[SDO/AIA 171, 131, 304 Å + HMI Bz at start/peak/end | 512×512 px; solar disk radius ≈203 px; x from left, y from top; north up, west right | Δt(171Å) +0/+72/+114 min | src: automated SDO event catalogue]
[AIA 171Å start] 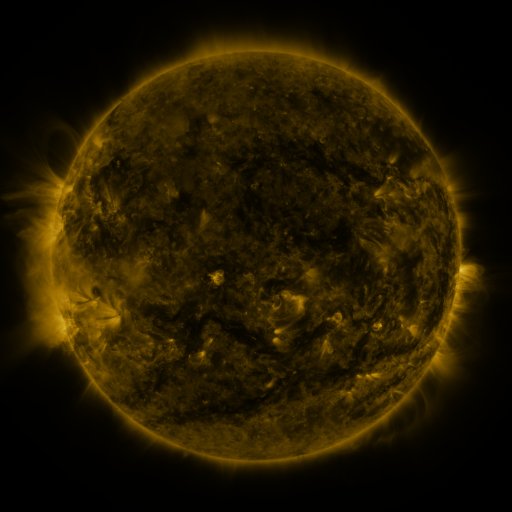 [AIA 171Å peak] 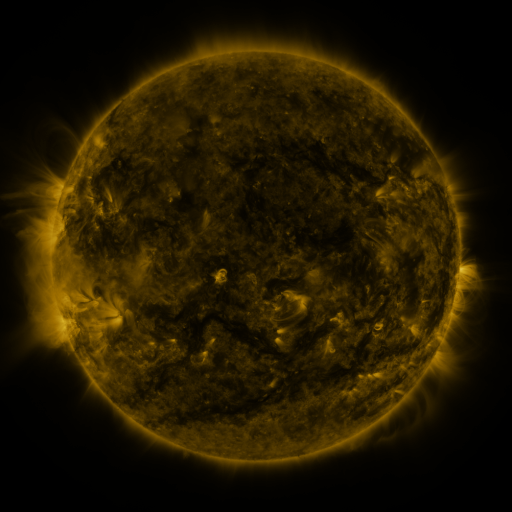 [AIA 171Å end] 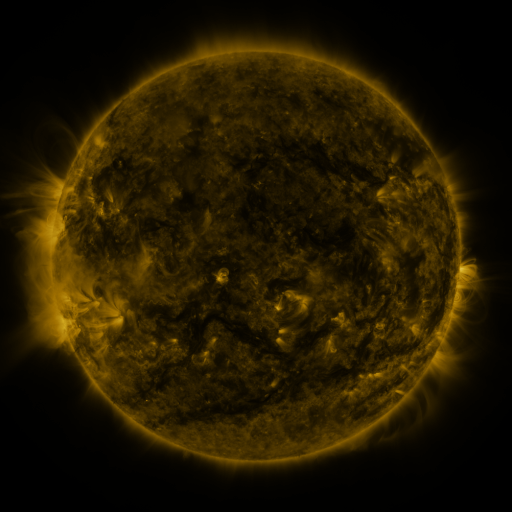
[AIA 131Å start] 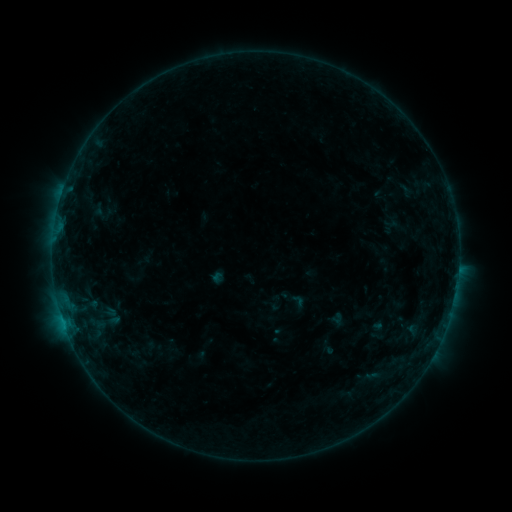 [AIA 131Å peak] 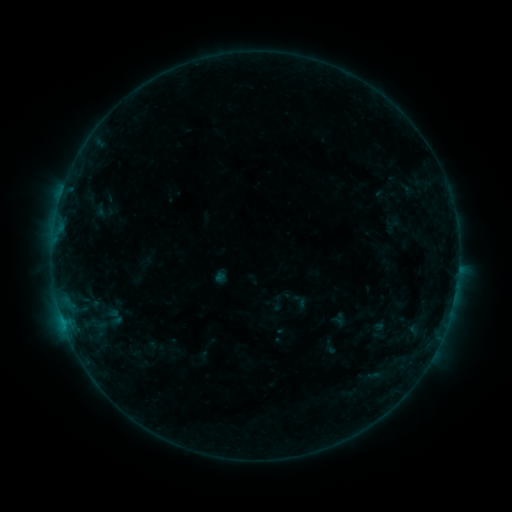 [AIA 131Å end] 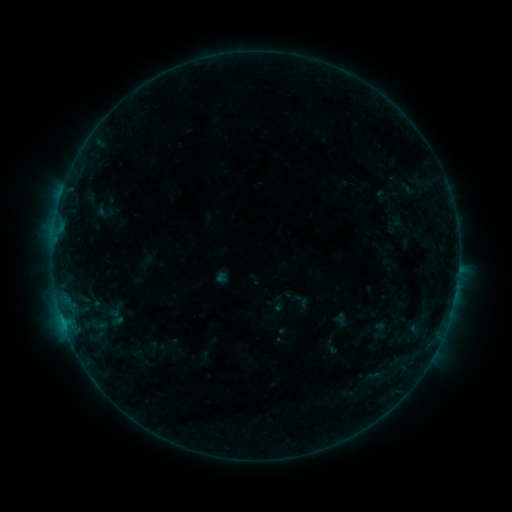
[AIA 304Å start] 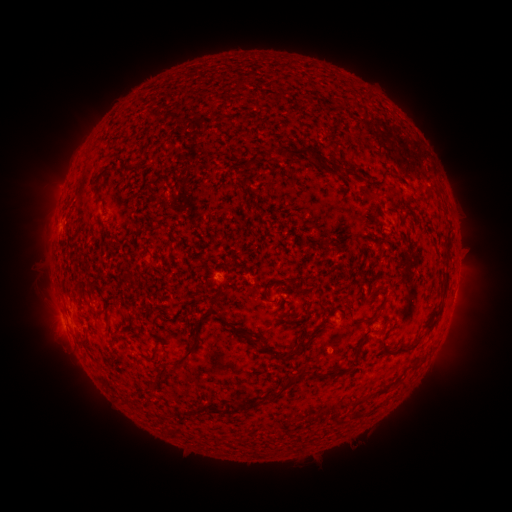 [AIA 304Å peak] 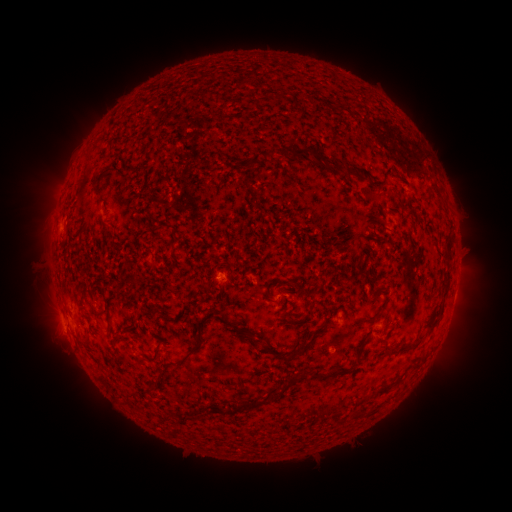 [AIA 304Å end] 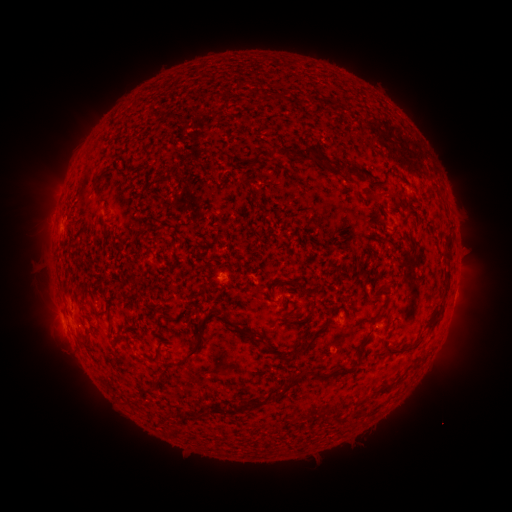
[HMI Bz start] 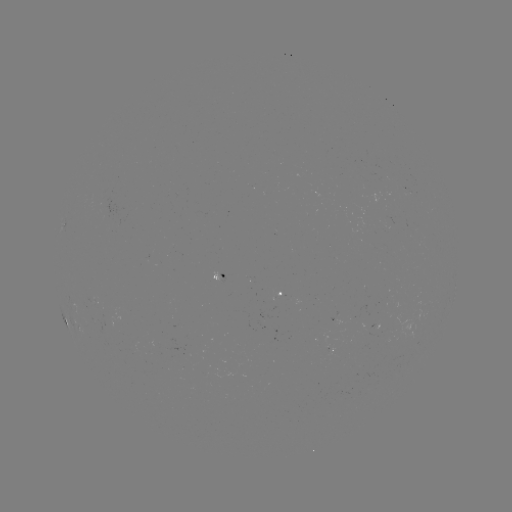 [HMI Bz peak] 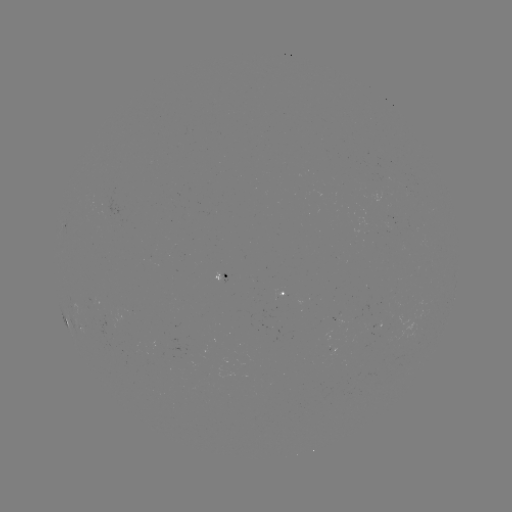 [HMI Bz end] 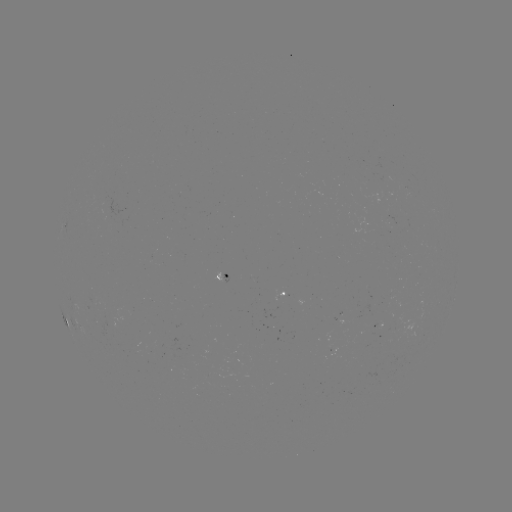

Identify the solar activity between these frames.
emerging-flux region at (91, 304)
